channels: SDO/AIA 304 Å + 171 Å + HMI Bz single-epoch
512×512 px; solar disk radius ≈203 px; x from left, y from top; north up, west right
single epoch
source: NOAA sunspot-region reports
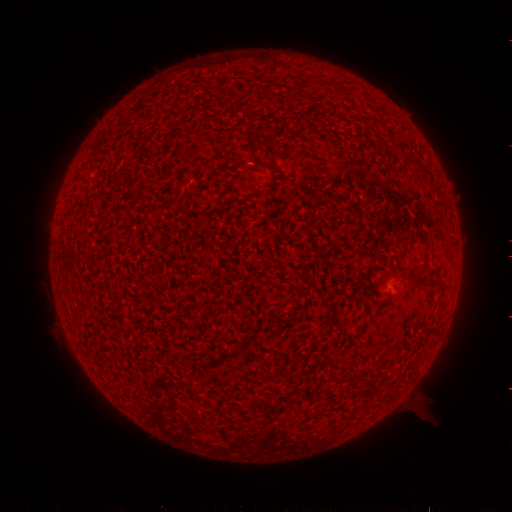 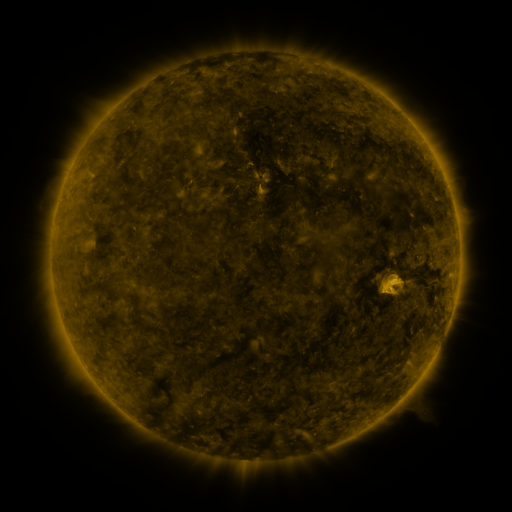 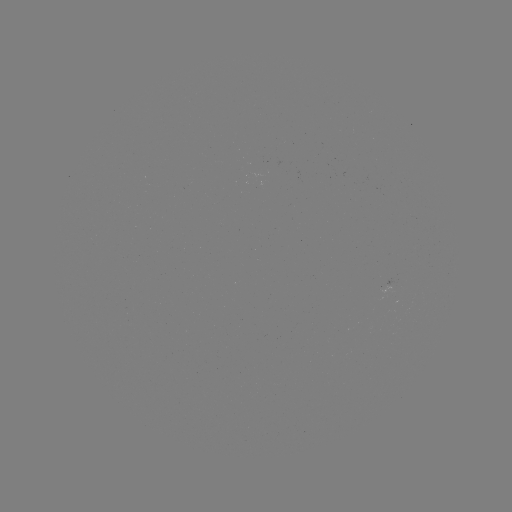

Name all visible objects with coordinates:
(none)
